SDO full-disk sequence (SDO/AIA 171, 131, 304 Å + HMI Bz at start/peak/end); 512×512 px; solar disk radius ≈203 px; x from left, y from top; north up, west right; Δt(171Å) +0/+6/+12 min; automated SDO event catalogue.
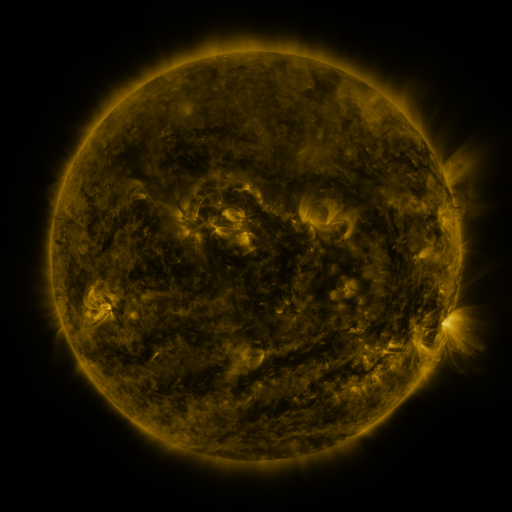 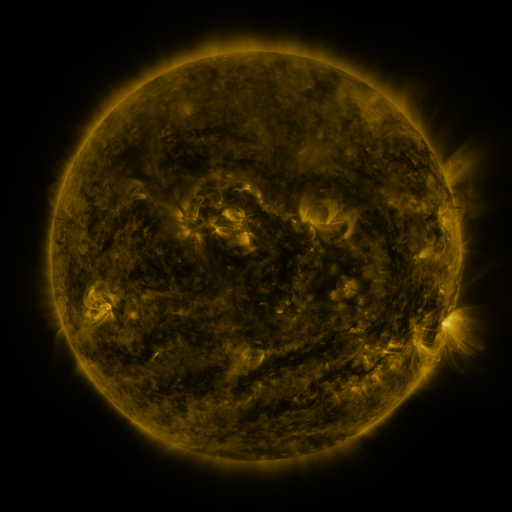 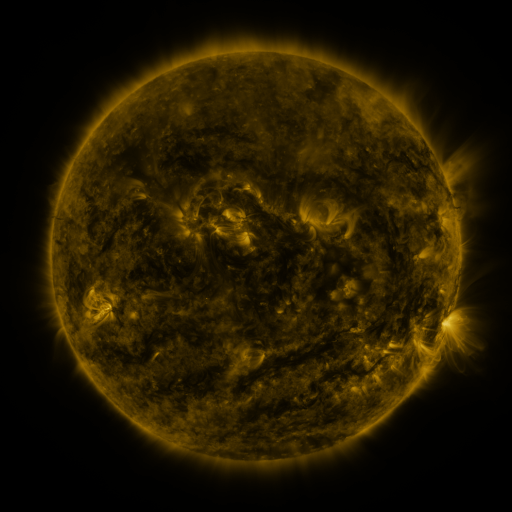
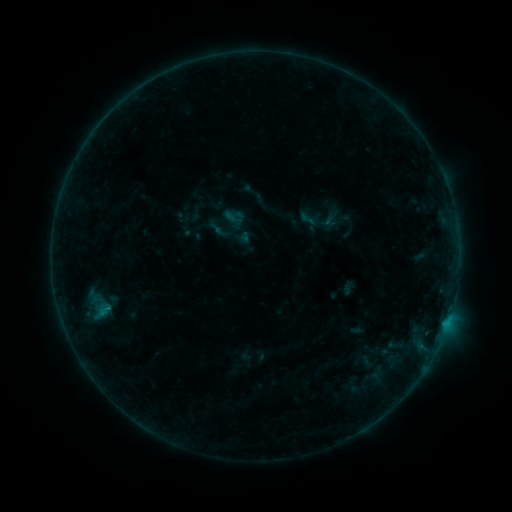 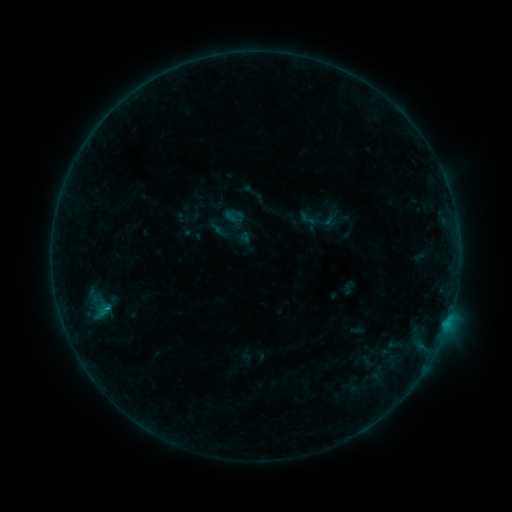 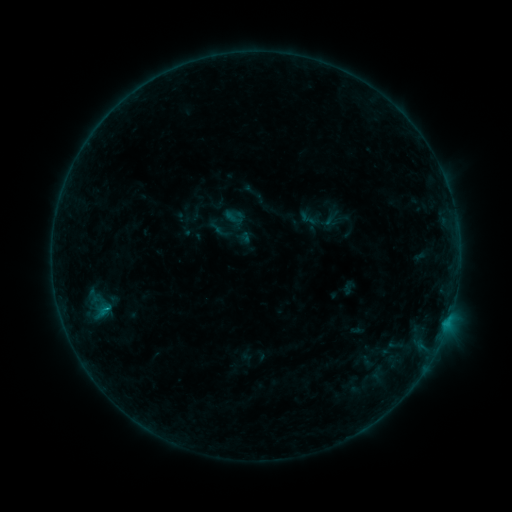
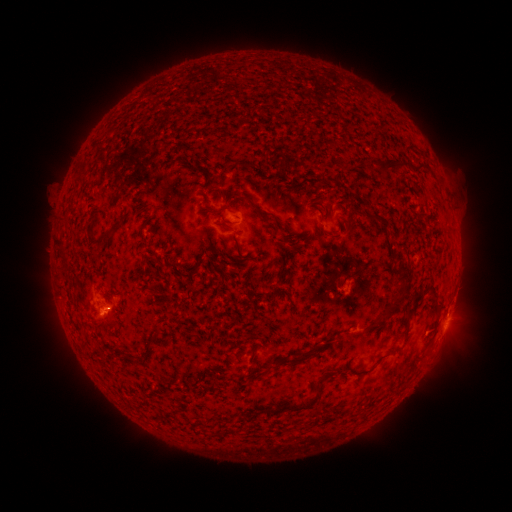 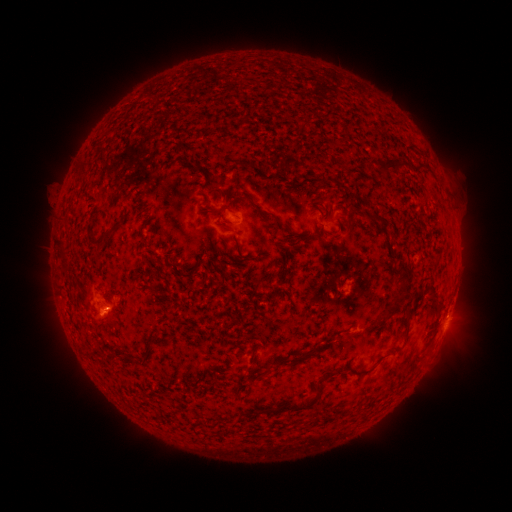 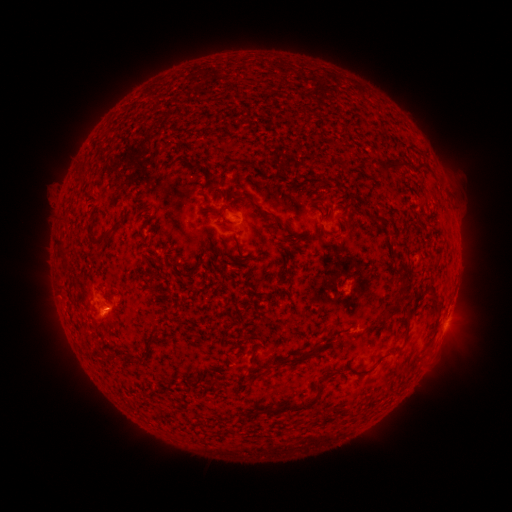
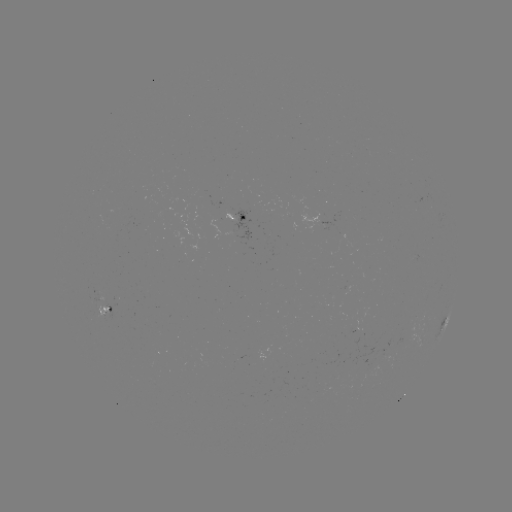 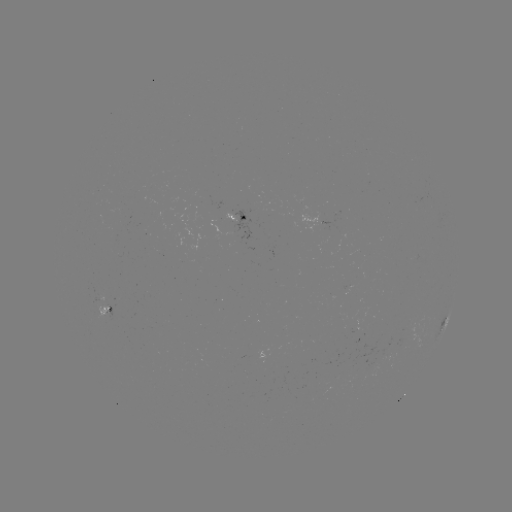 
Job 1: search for B4.4 flare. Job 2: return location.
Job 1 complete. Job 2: [106, 306].